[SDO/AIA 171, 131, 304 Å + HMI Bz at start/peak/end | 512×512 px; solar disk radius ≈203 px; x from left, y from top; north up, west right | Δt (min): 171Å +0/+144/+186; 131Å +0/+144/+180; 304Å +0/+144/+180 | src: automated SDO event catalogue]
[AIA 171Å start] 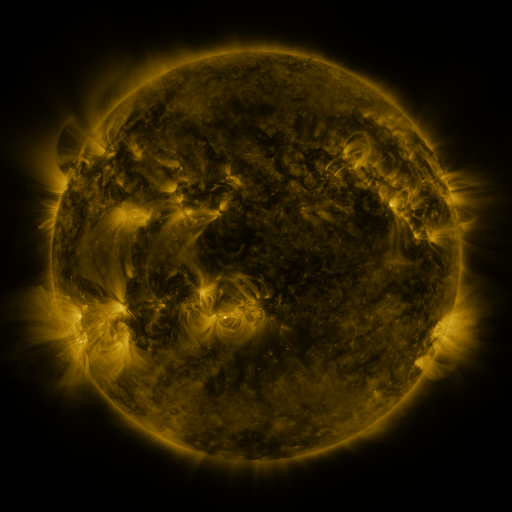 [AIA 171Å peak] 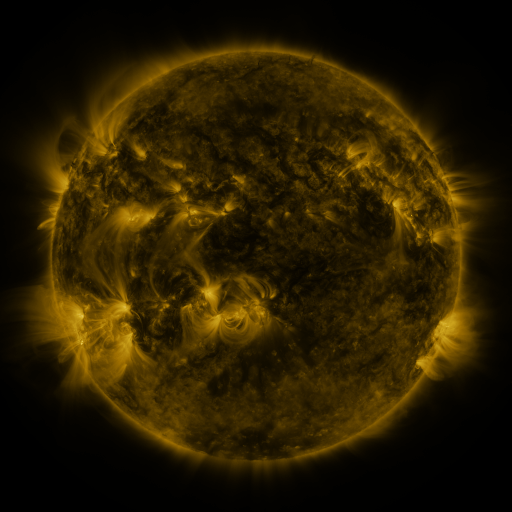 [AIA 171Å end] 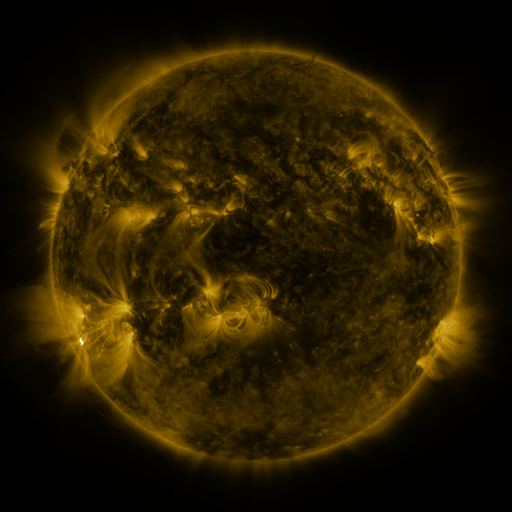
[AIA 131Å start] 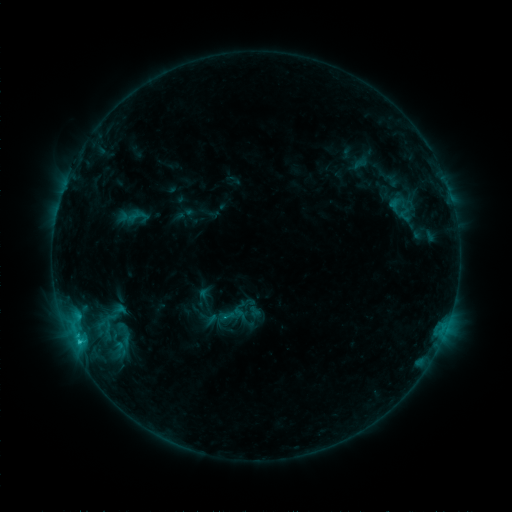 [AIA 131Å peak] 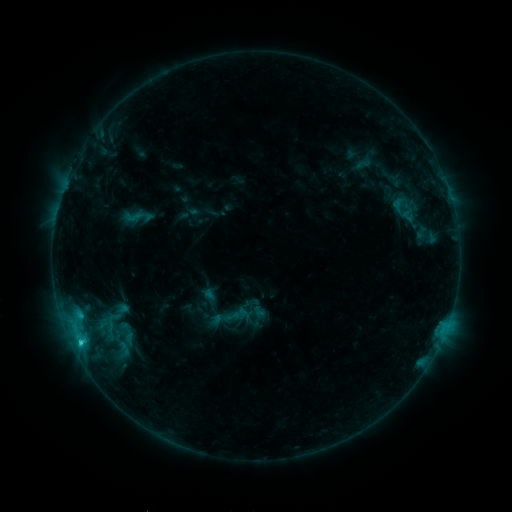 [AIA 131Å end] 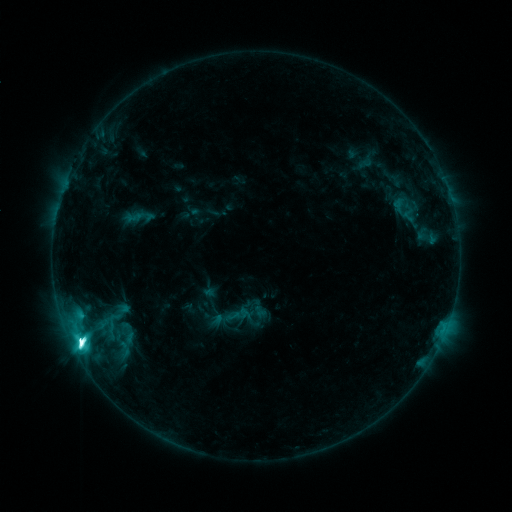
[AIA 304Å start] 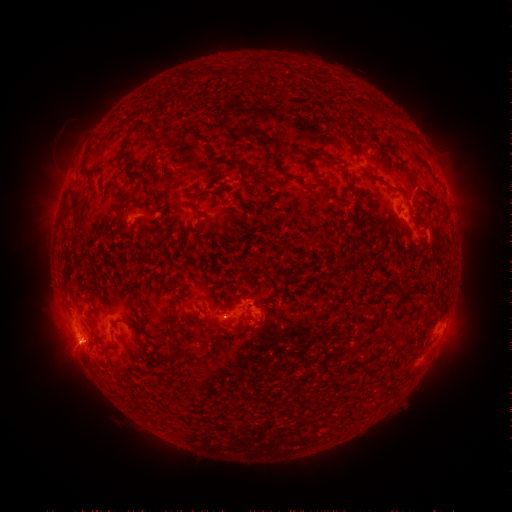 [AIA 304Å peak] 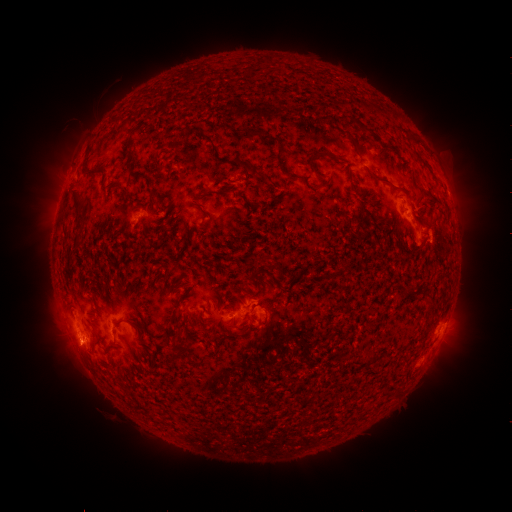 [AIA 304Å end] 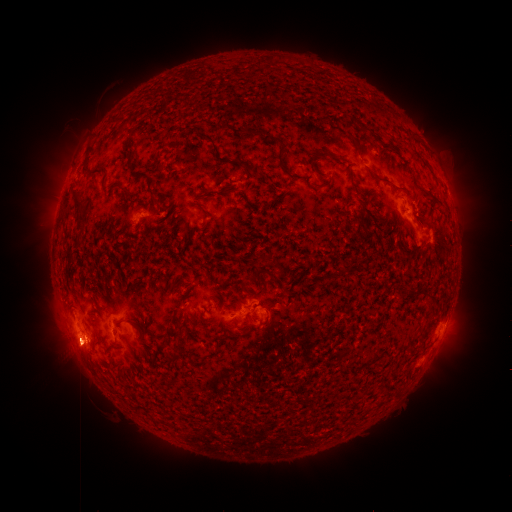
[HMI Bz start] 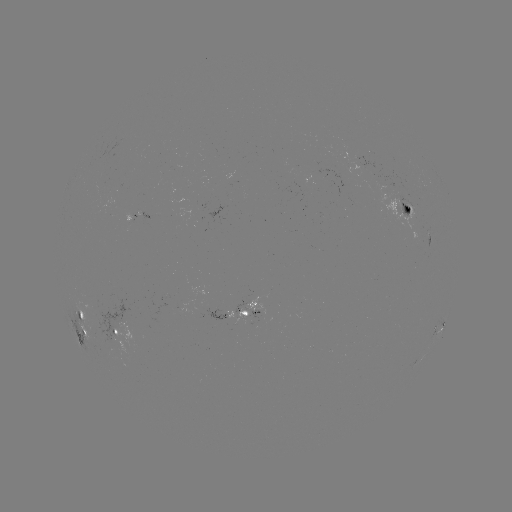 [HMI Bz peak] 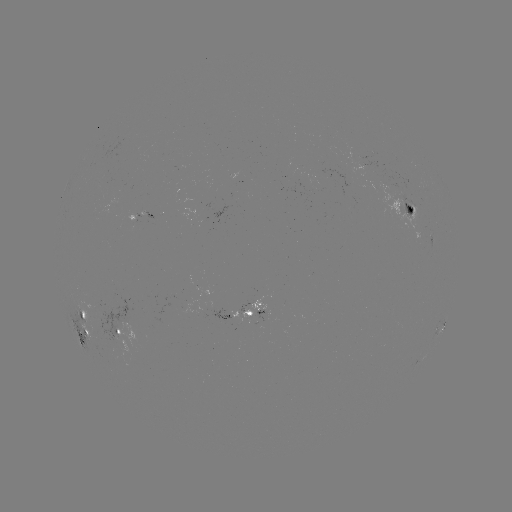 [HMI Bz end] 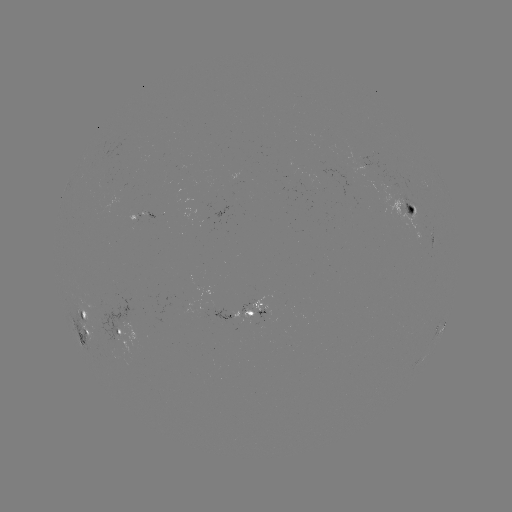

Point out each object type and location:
emerging-flux region: (398, 197)
